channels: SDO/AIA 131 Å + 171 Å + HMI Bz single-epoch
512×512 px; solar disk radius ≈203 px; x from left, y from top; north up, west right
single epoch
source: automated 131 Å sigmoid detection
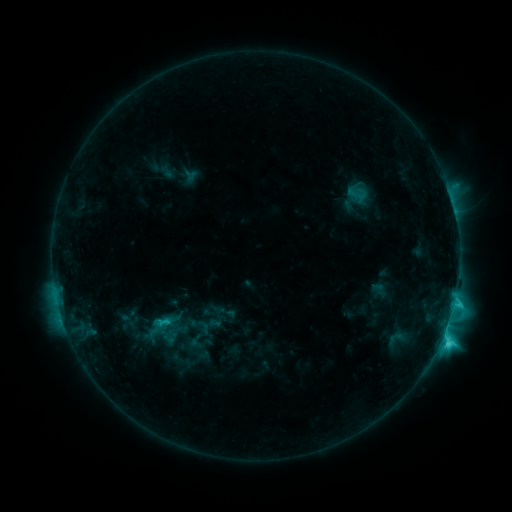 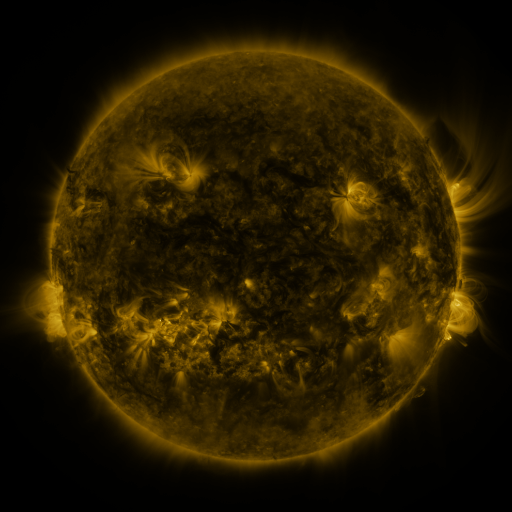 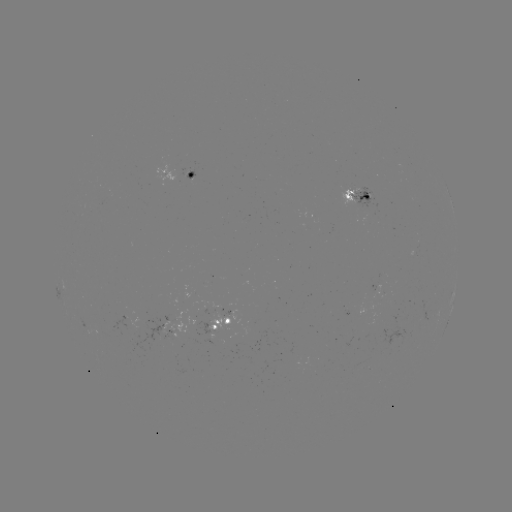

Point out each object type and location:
sigmoid: [193, 318, 214, 336]
